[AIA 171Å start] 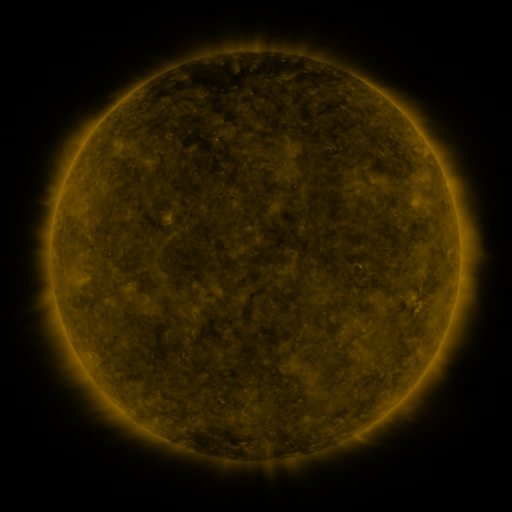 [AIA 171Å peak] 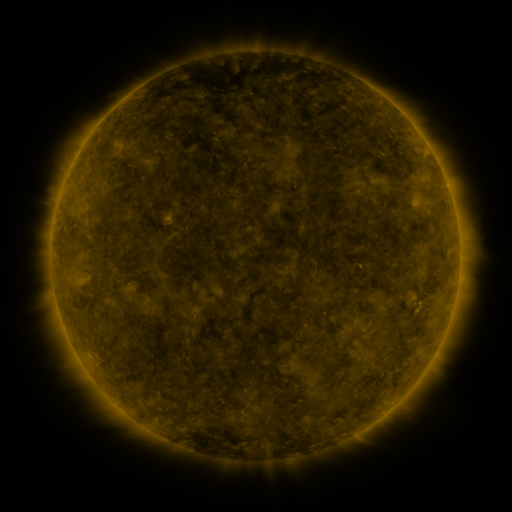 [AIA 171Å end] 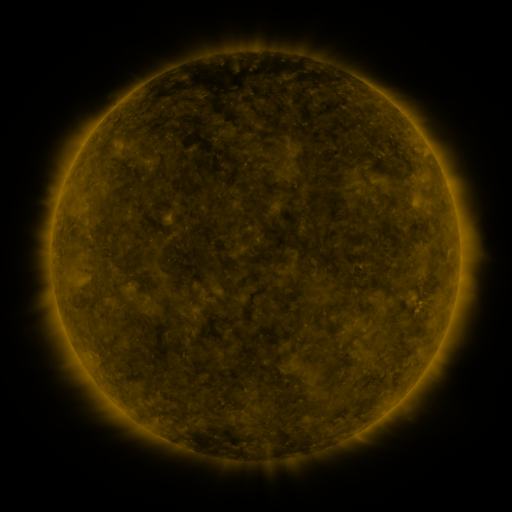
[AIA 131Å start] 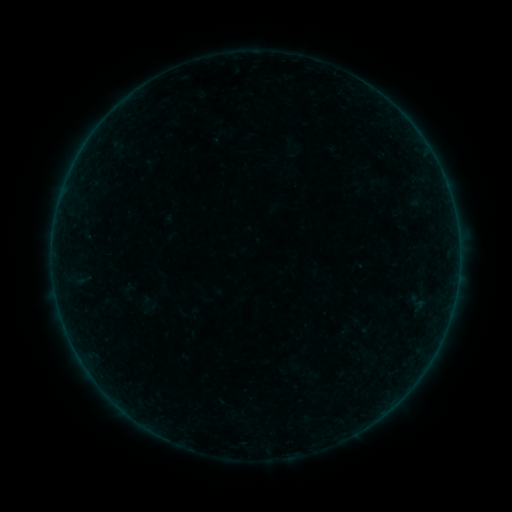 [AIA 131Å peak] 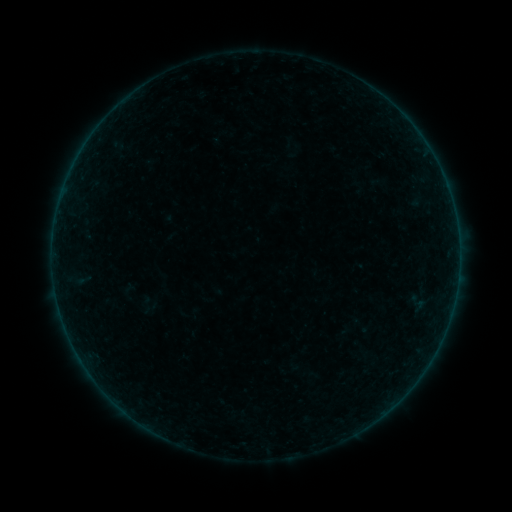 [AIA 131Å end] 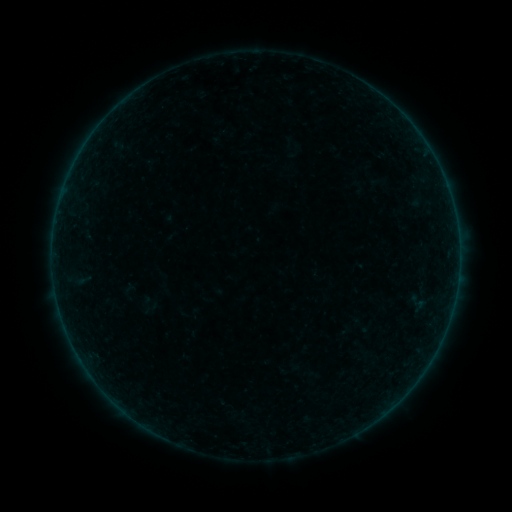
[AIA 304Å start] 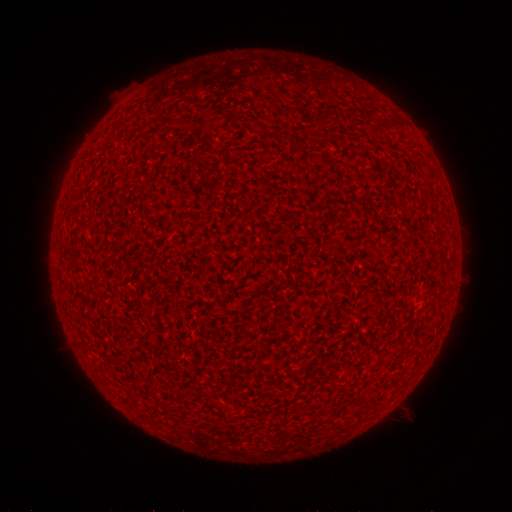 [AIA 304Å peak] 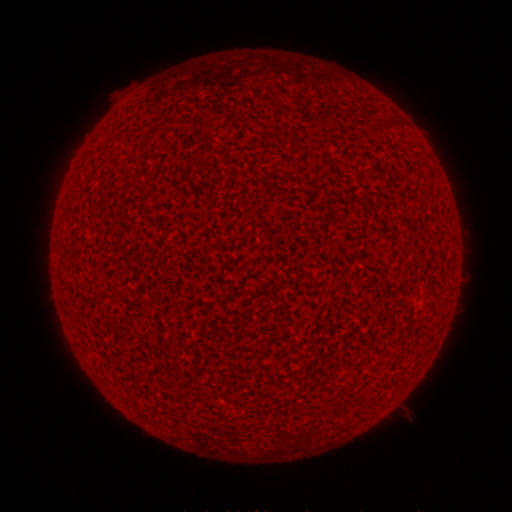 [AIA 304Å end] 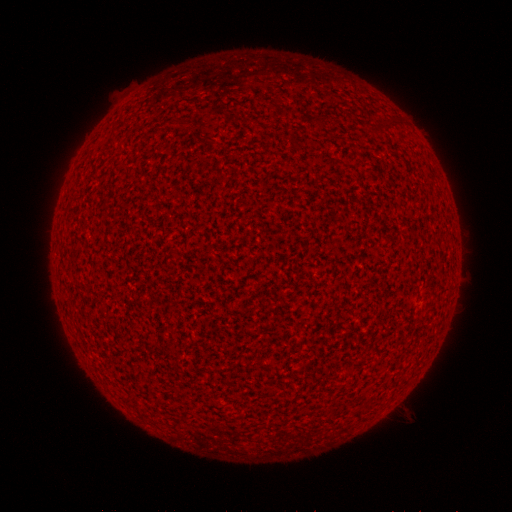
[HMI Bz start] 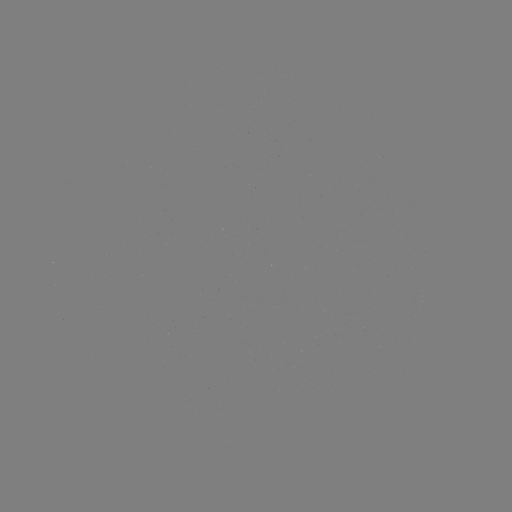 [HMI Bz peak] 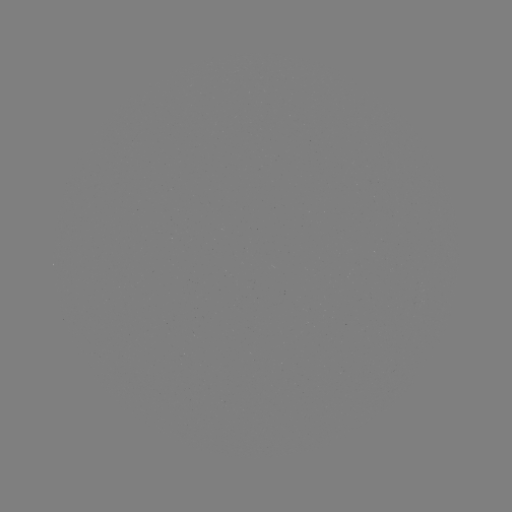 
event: flare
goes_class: A7.2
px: (457, 277)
